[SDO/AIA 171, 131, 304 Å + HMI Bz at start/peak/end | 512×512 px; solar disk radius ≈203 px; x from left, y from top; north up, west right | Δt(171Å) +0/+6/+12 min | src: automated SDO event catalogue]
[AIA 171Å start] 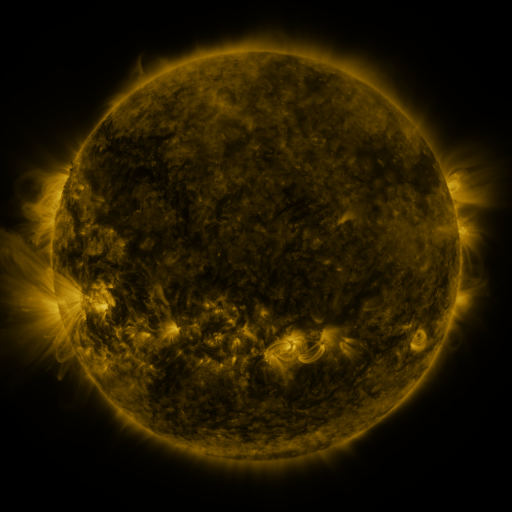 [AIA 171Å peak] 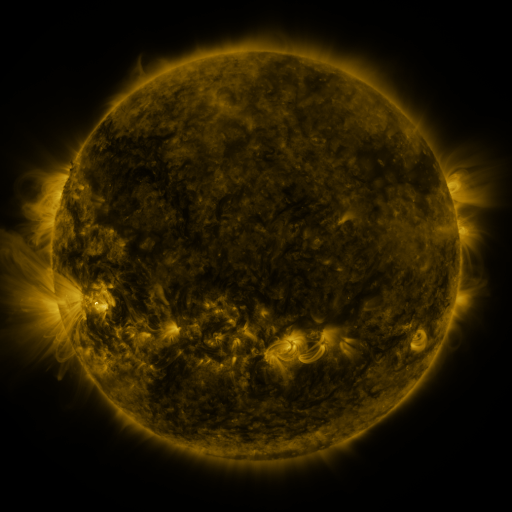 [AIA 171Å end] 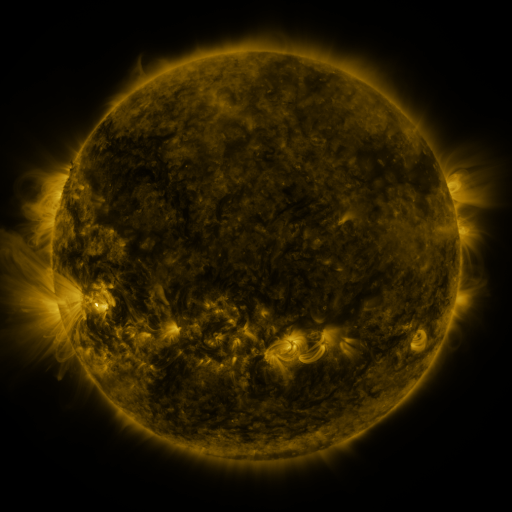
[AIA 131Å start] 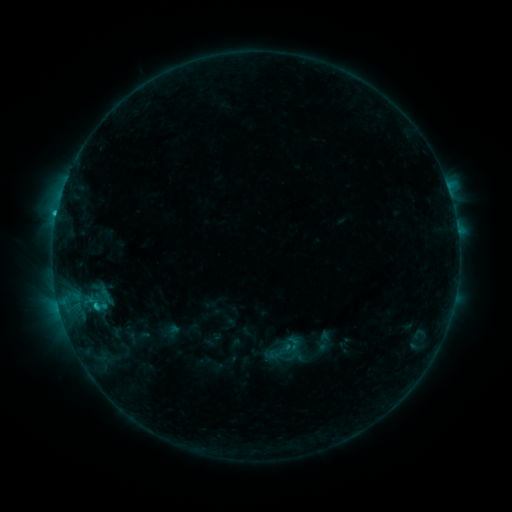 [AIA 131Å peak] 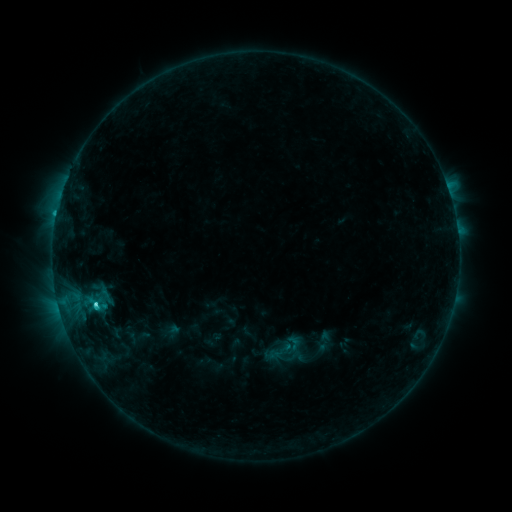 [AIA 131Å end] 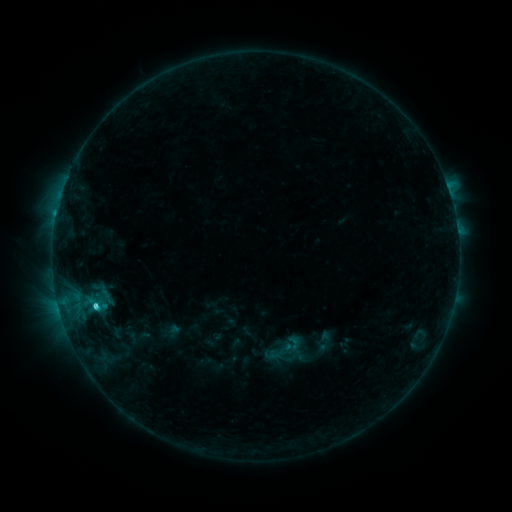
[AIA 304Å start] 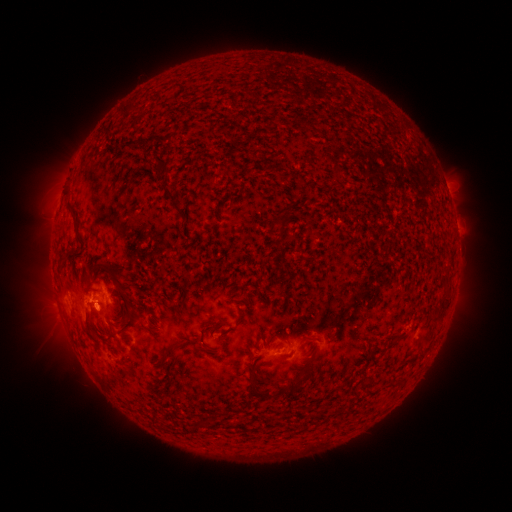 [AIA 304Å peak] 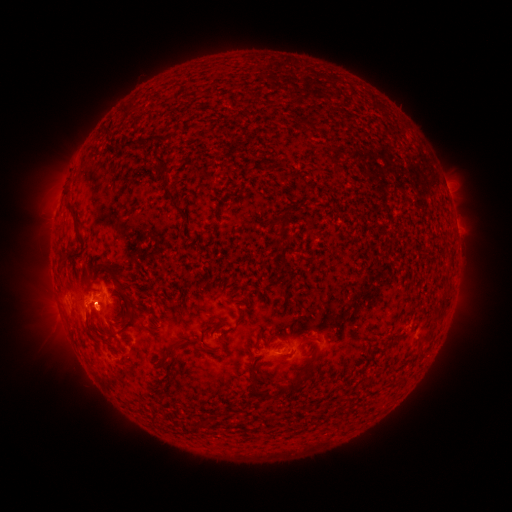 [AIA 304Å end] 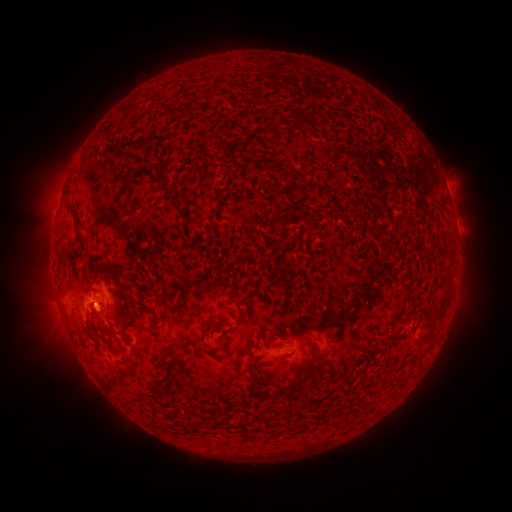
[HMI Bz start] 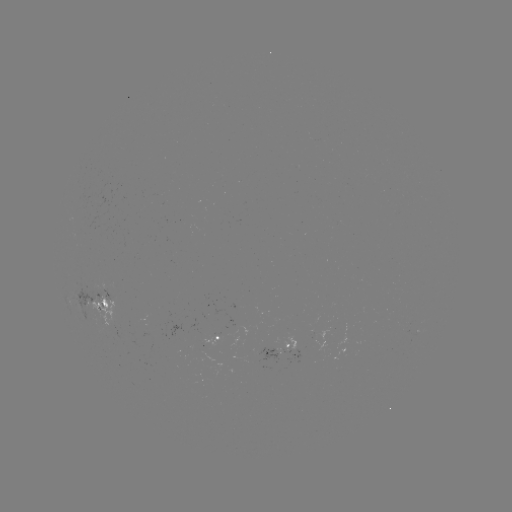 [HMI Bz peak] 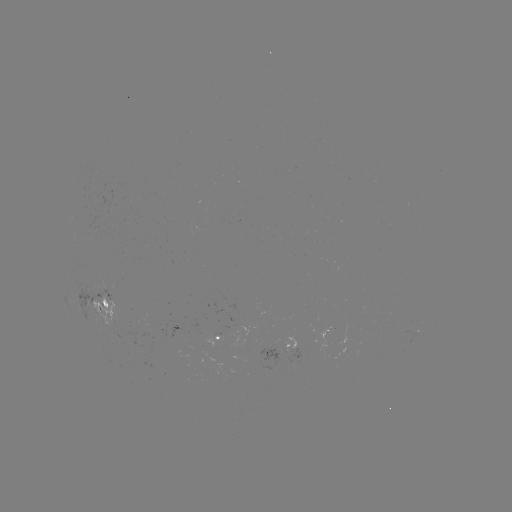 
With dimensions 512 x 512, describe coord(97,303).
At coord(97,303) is C3.4 flare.